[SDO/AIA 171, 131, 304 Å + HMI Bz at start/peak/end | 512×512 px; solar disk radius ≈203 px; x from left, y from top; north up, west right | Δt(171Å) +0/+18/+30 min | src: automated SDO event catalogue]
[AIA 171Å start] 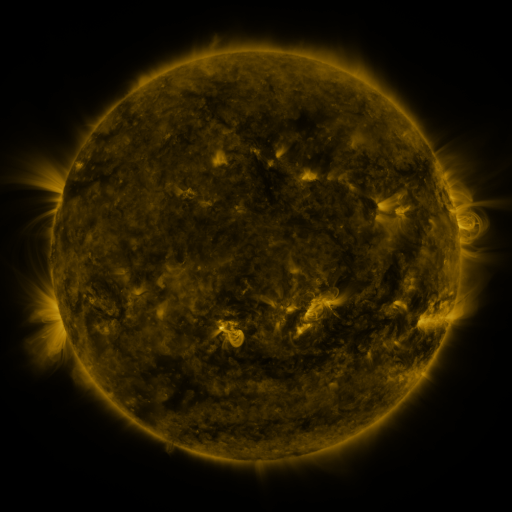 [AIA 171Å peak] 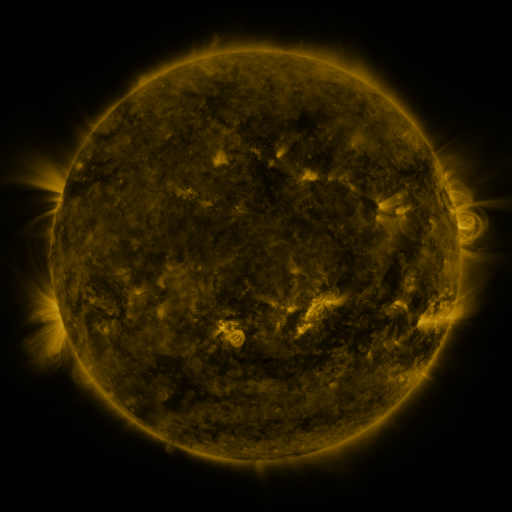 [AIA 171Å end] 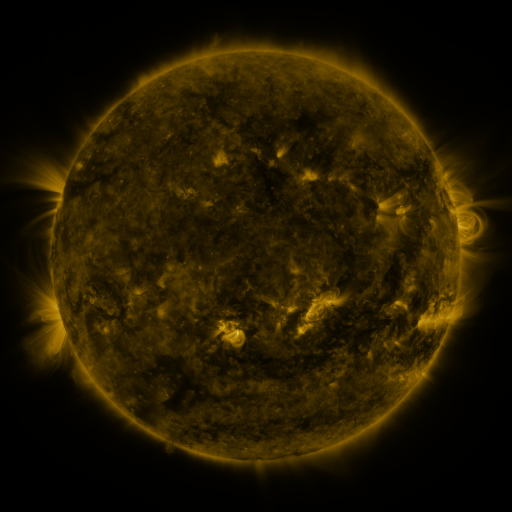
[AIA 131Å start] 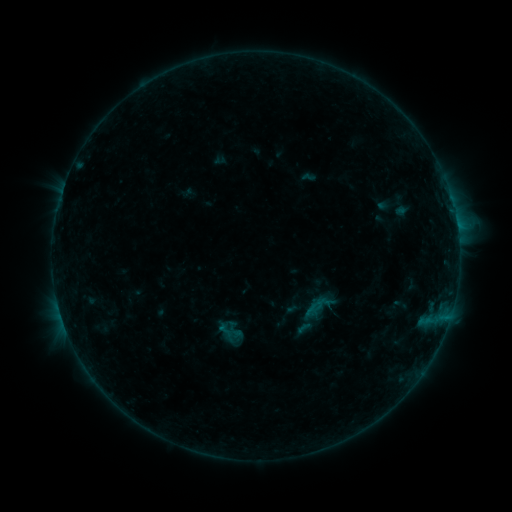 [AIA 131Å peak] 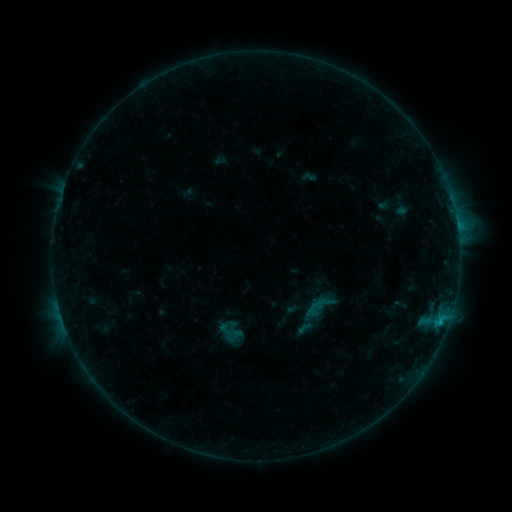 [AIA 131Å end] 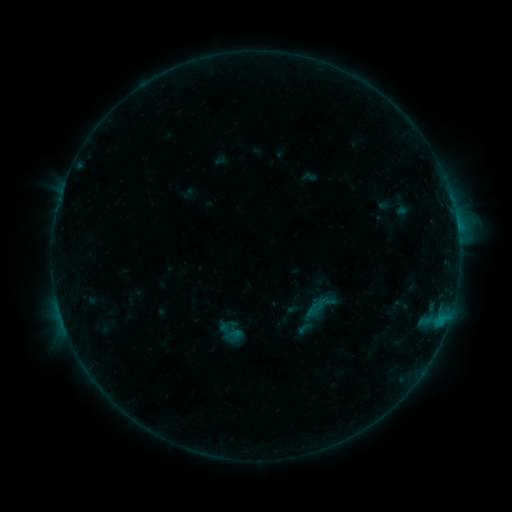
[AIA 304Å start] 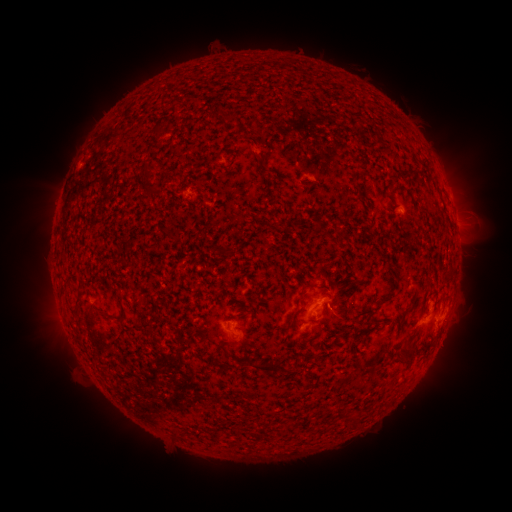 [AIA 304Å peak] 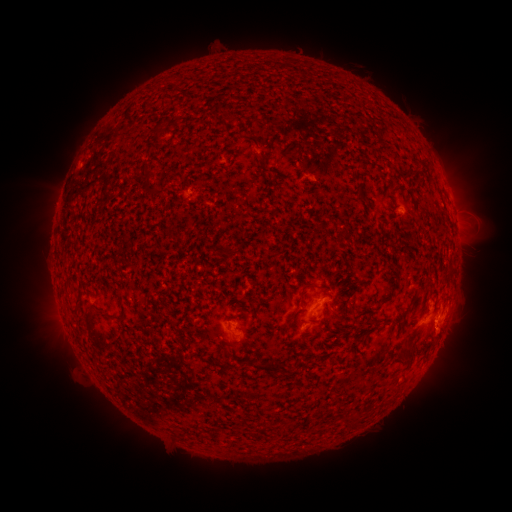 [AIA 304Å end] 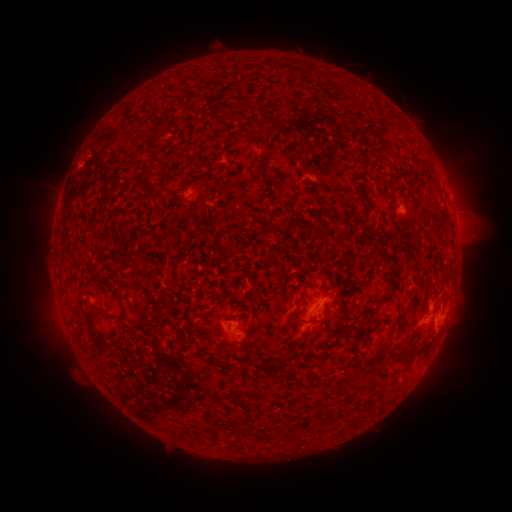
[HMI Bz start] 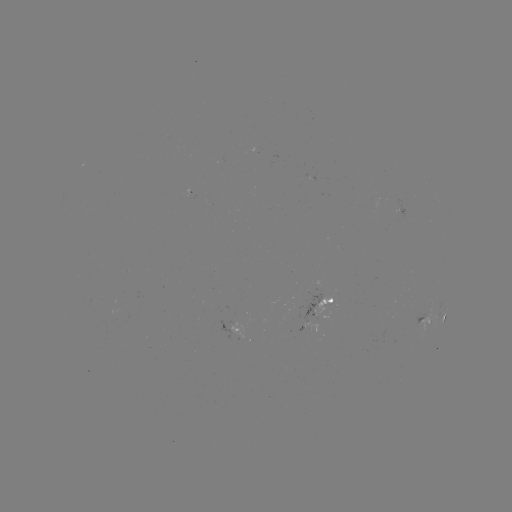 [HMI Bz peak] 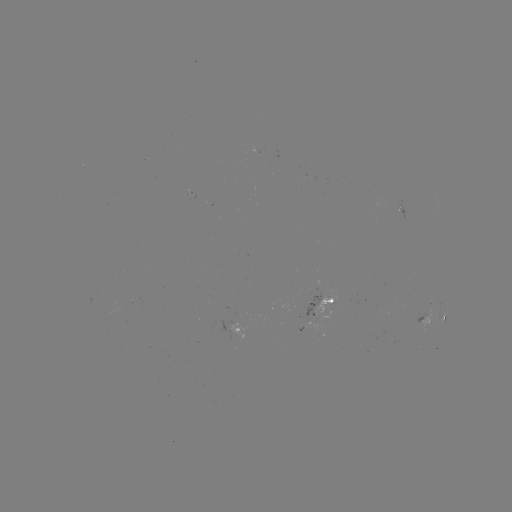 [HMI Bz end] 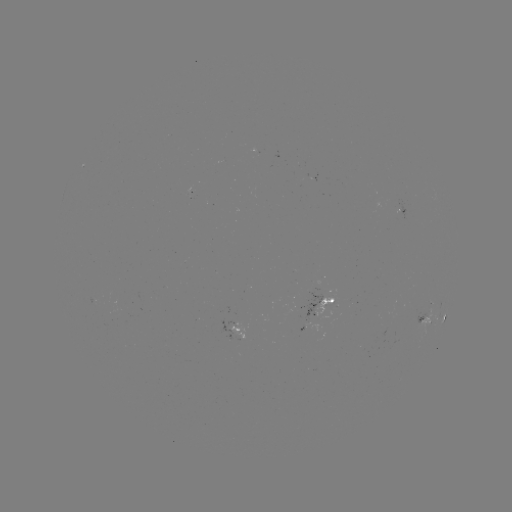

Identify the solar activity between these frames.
B7.5 flare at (440, 320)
